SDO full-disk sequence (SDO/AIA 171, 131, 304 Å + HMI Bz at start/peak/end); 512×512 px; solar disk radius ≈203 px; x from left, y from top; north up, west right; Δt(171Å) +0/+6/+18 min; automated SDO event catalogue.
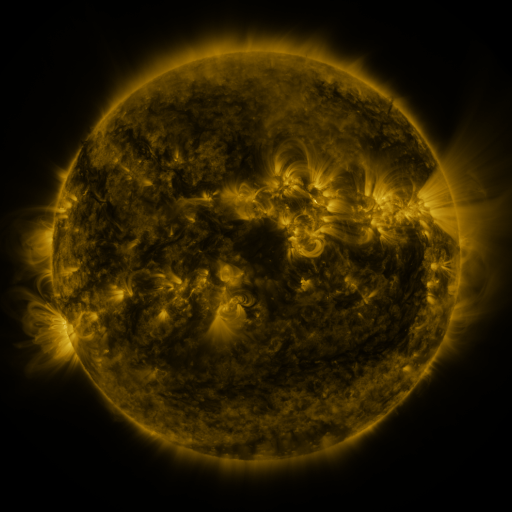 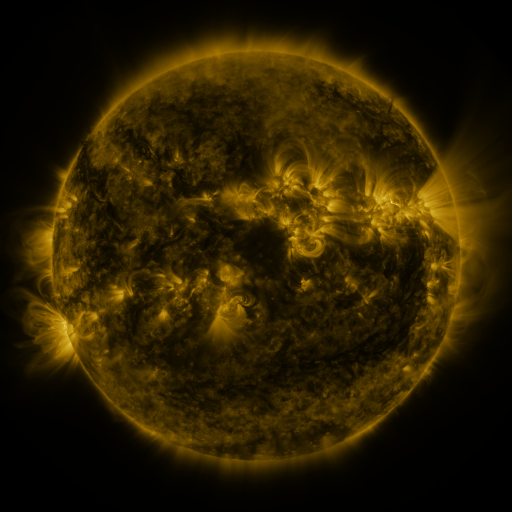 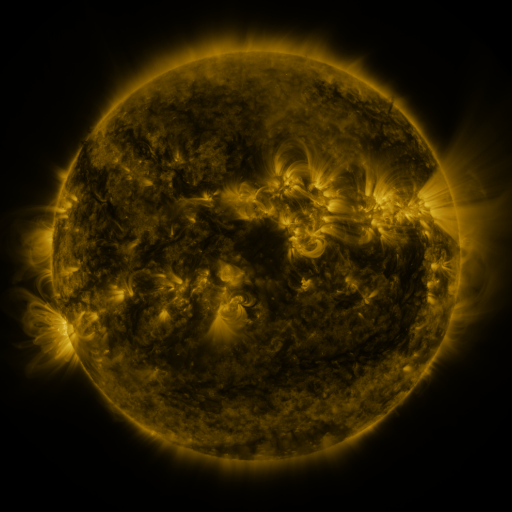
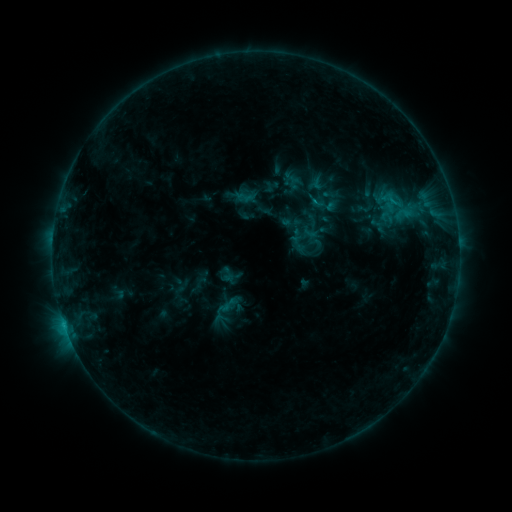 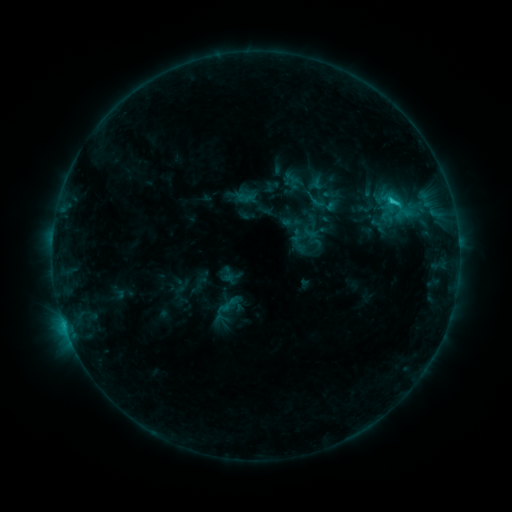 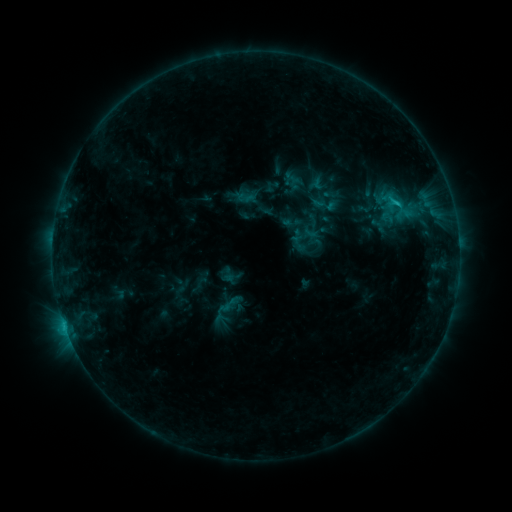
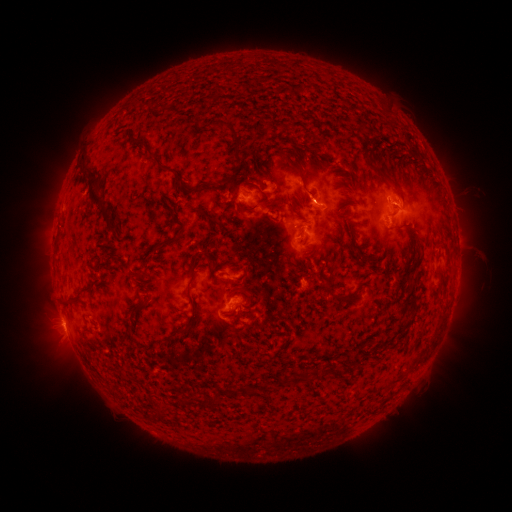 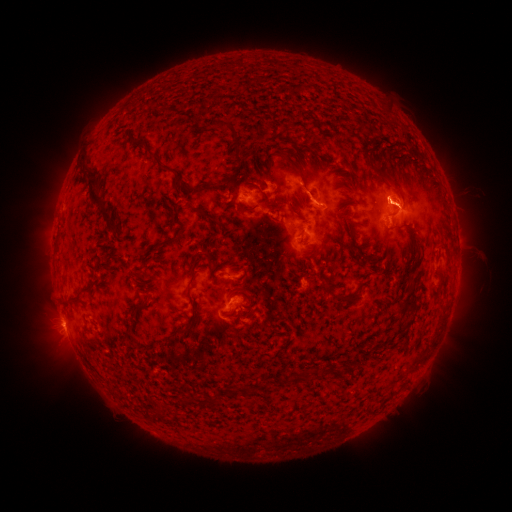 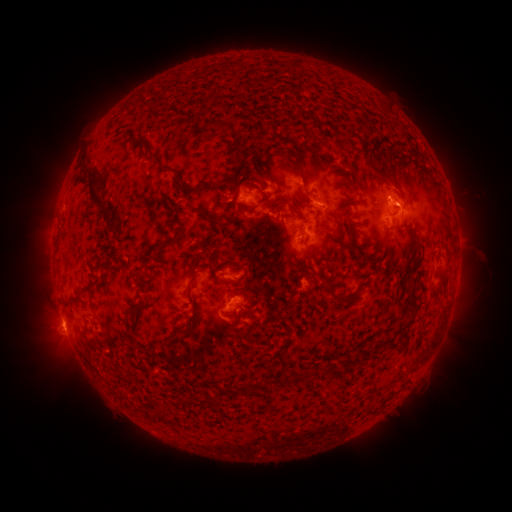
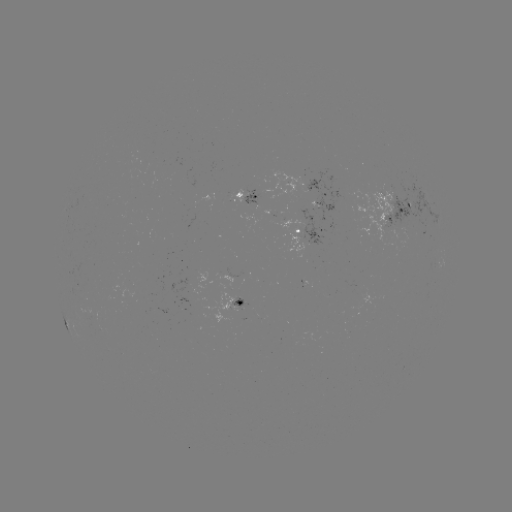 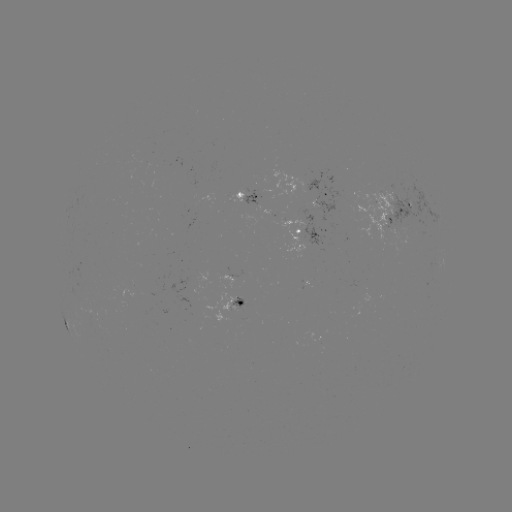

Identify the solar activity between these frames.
C1.8 flare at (392, 204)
